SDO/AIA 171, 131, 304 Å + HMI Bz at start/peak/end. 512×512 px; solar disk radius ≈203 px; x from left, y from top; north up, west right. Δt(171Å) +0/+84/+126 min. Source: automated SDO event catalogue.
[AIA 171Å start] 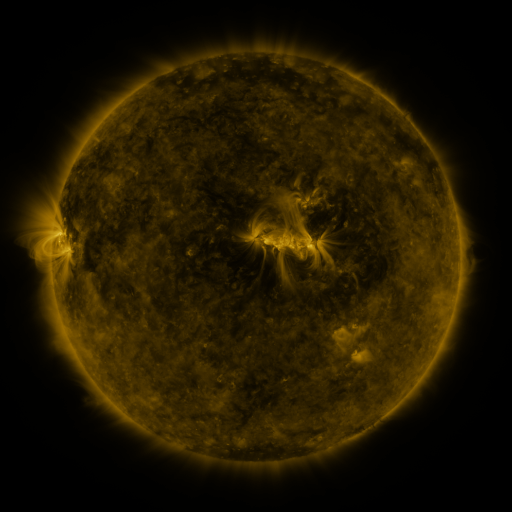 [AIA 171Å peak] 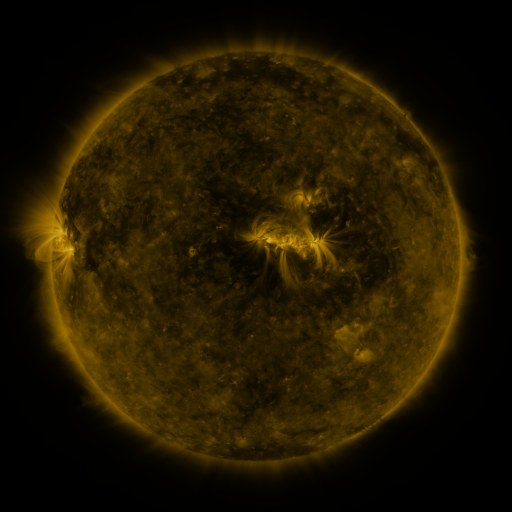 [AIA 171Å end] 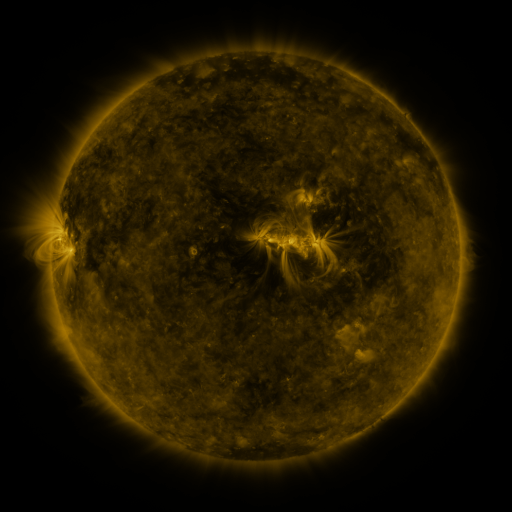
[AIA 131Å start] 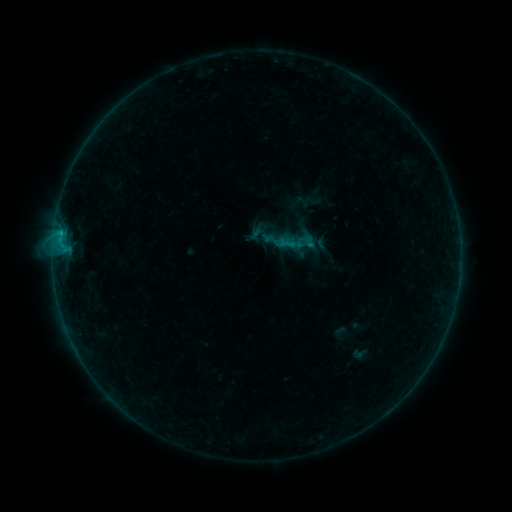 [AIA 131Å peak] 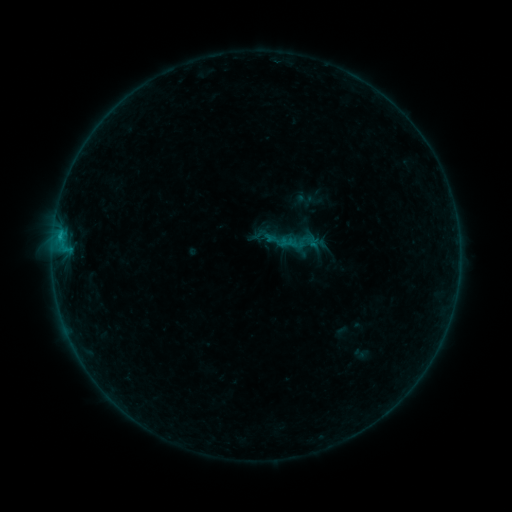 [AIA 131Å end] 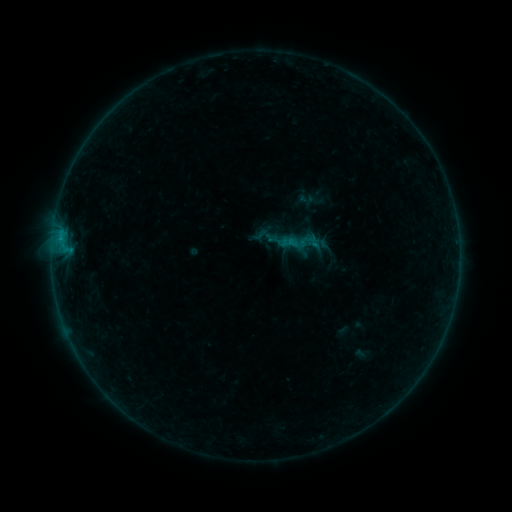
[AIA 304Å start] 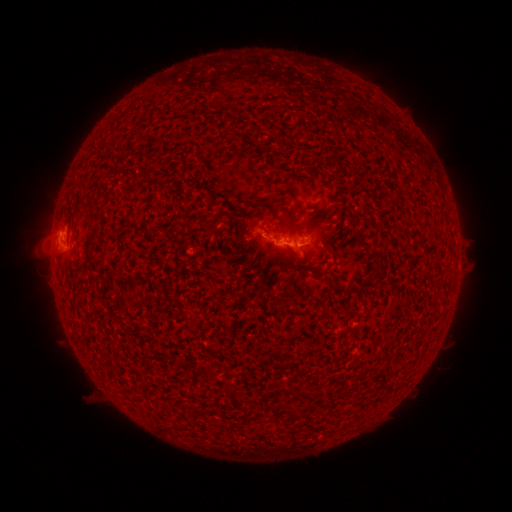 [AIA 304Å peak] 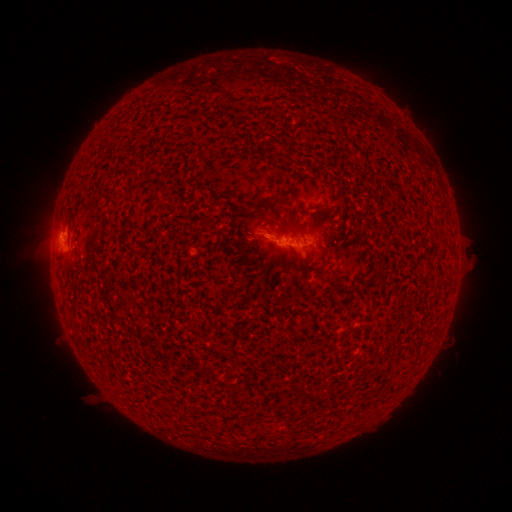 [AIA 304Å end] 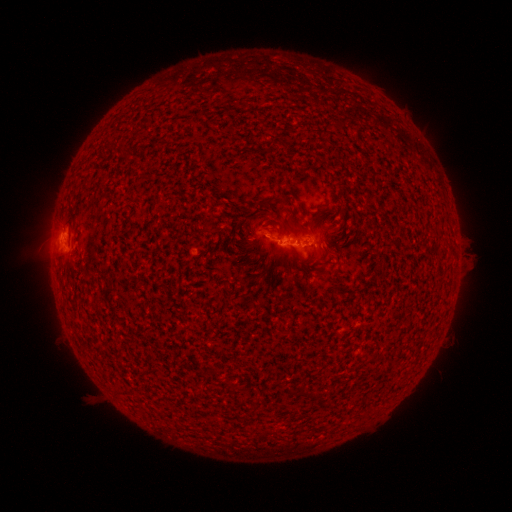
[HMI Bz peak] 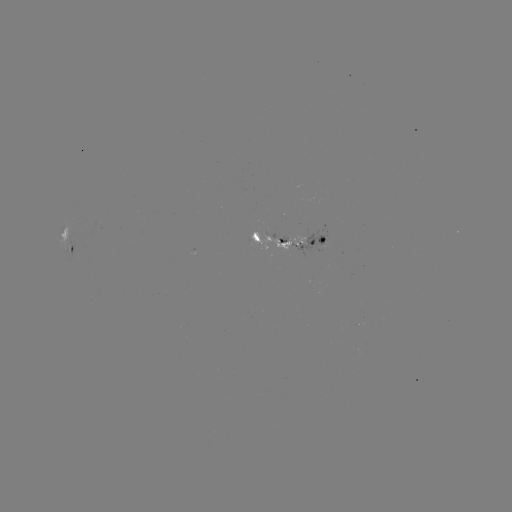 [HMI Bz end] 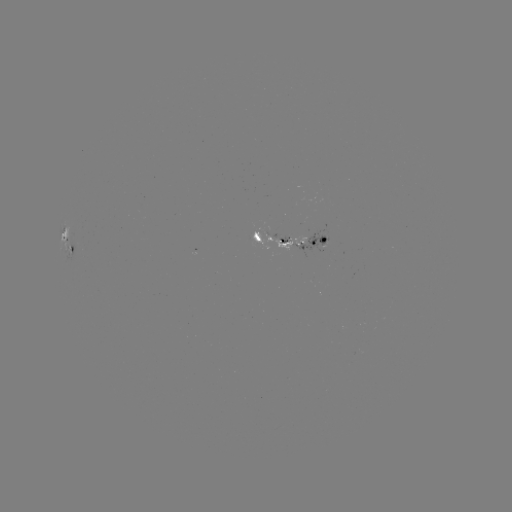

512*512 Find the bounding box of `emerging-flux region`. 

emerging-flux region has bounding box [289, 229, 328, 257].